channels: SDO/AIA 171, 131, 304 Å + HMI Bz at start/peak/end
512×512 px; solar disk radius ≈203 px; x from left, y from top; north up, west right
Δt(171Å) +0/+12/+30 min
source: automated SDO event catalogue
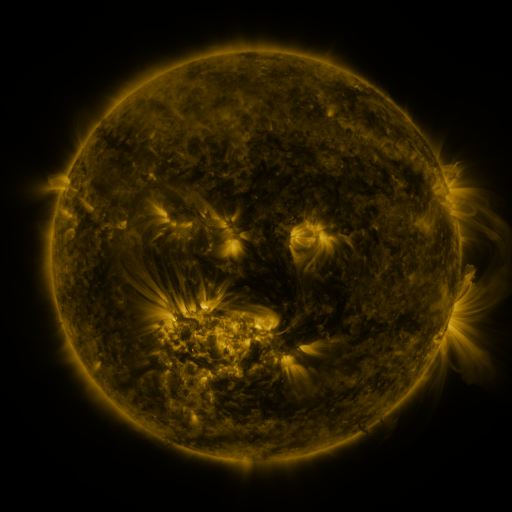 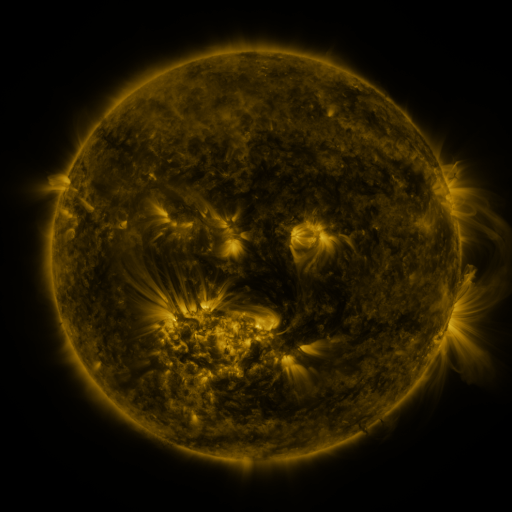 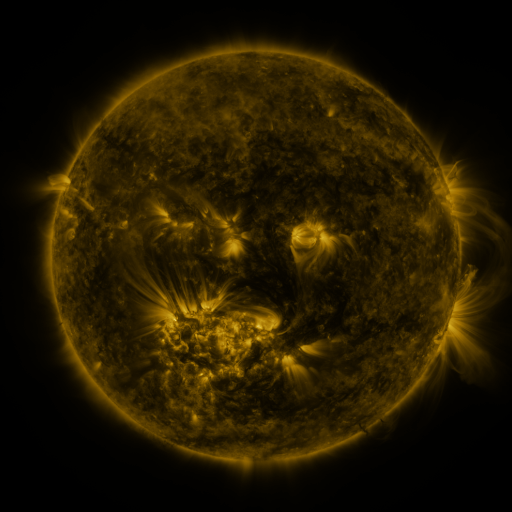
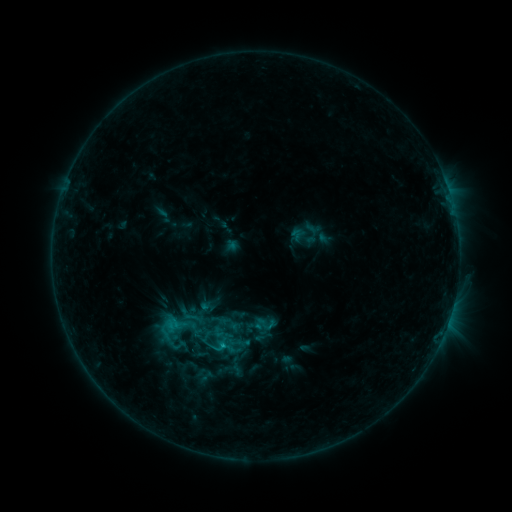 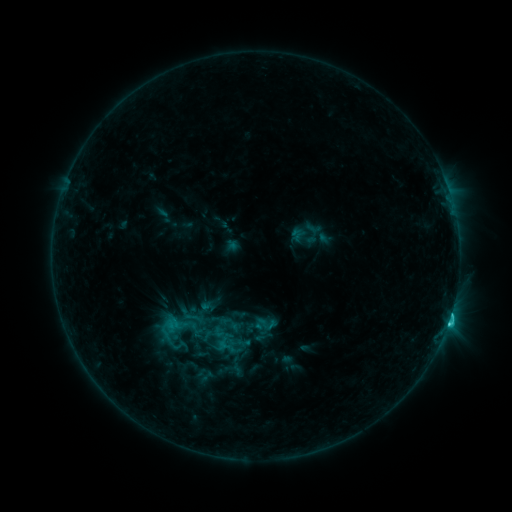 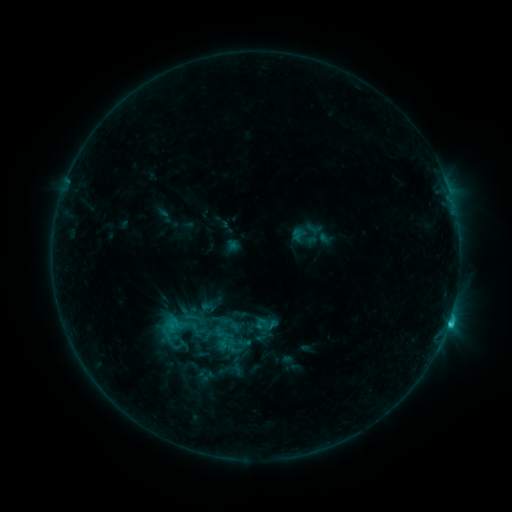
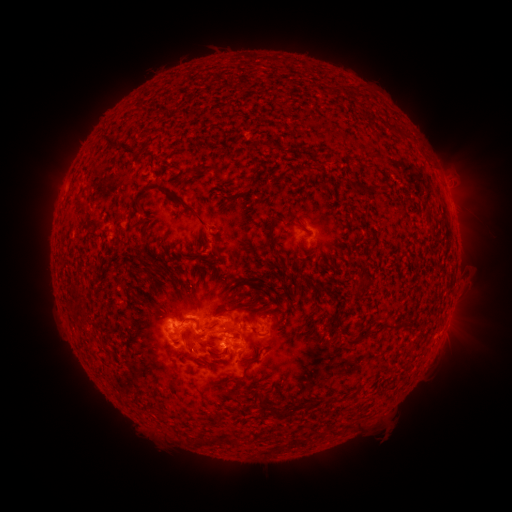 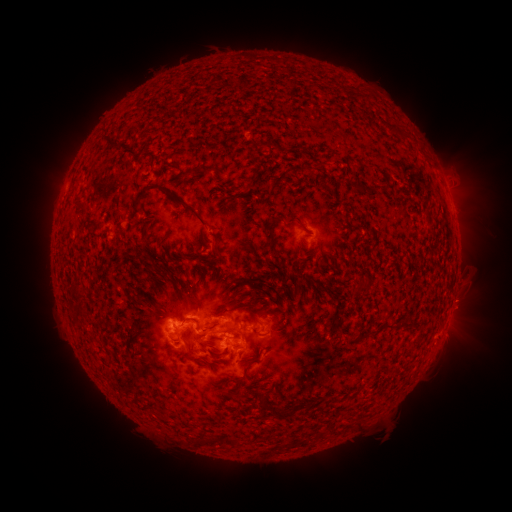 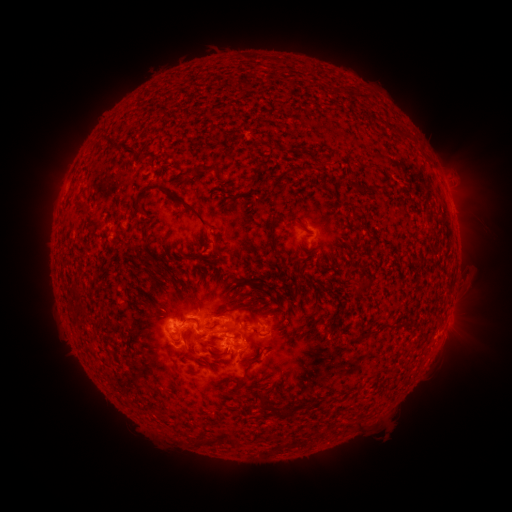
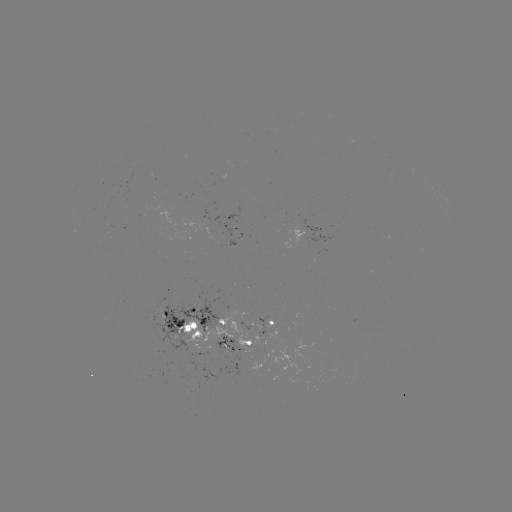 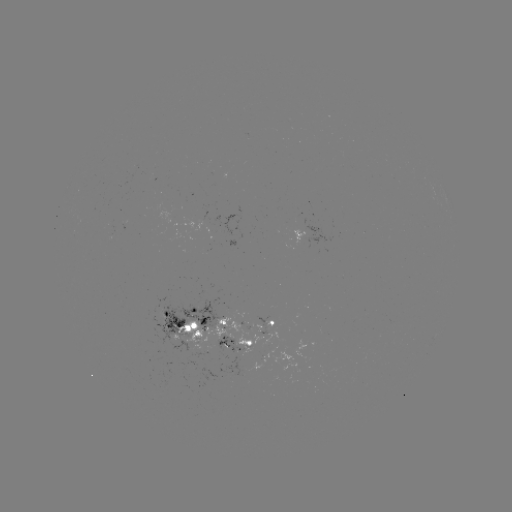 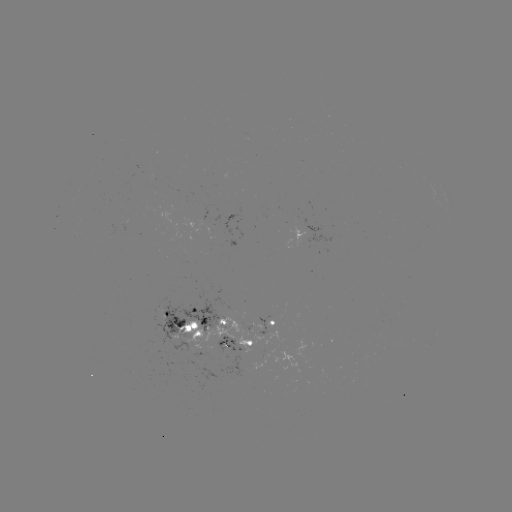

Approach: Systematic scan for C3.0 flare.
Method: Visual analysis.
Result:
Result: C3.0 flare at [448, 322].